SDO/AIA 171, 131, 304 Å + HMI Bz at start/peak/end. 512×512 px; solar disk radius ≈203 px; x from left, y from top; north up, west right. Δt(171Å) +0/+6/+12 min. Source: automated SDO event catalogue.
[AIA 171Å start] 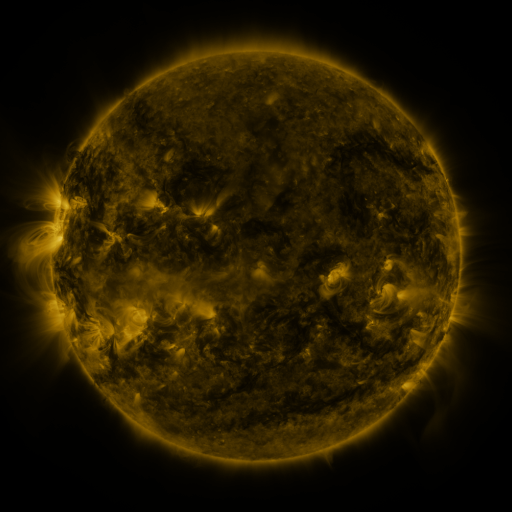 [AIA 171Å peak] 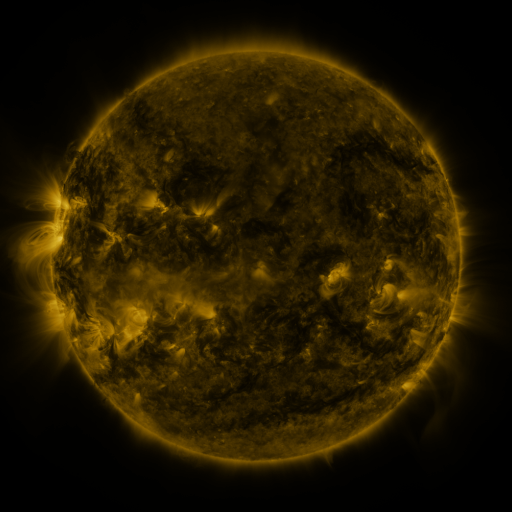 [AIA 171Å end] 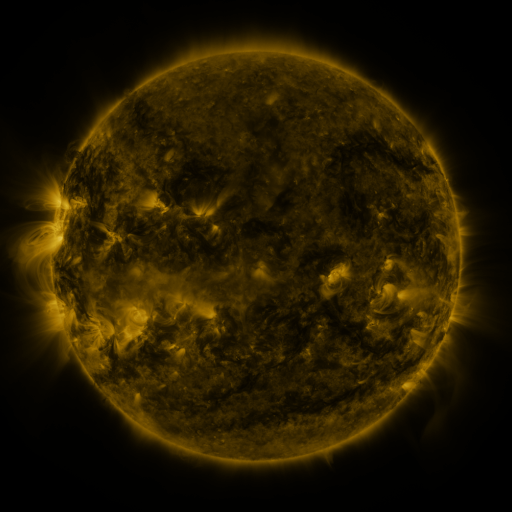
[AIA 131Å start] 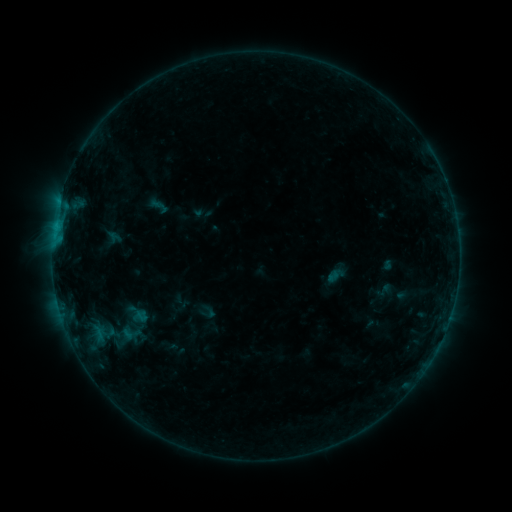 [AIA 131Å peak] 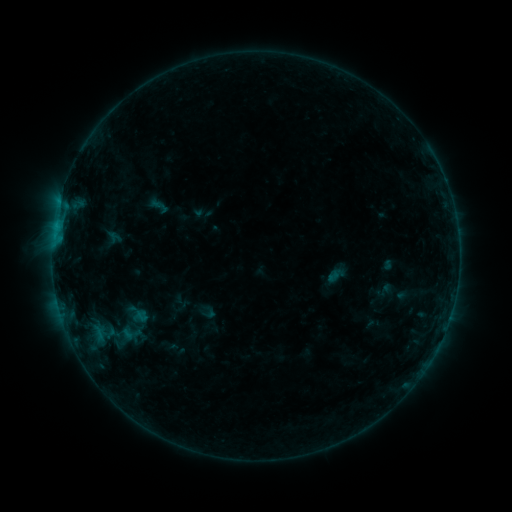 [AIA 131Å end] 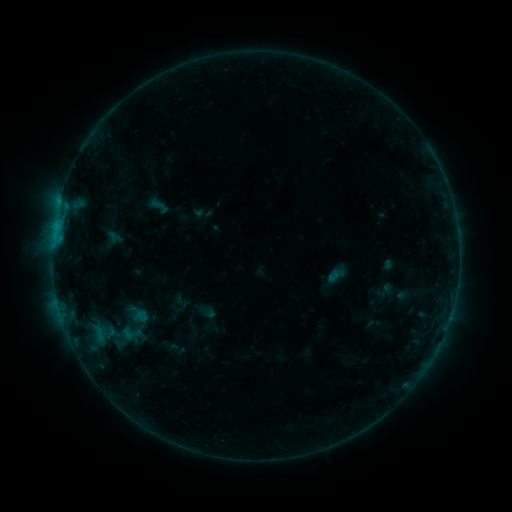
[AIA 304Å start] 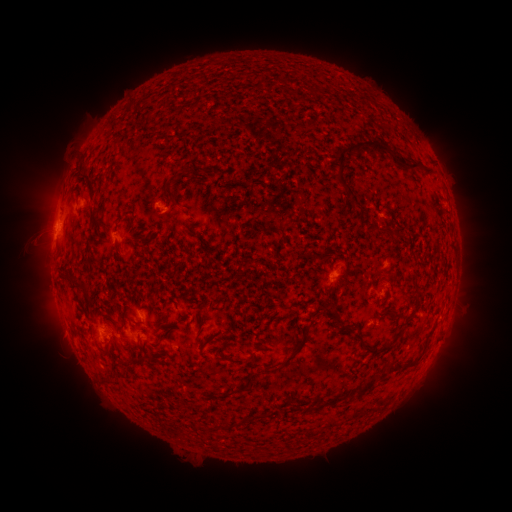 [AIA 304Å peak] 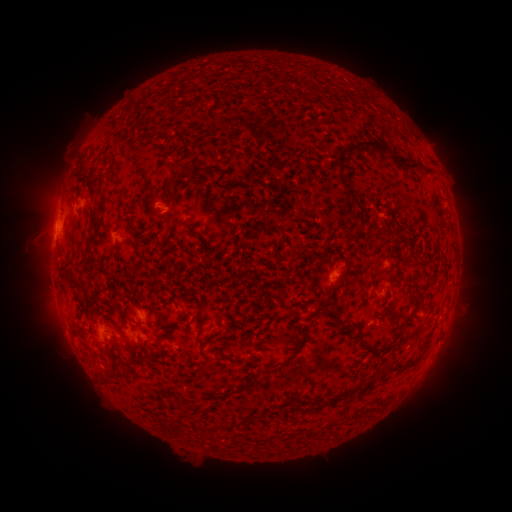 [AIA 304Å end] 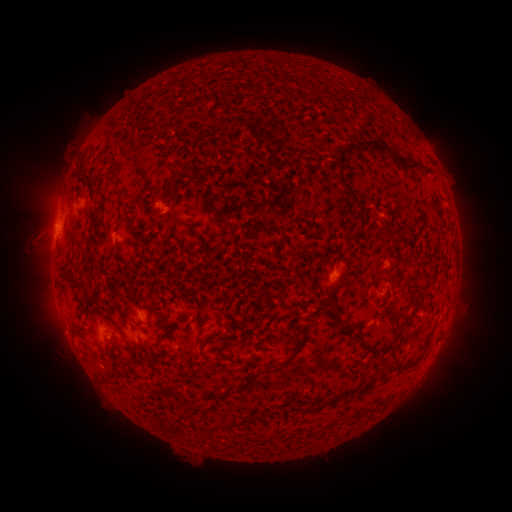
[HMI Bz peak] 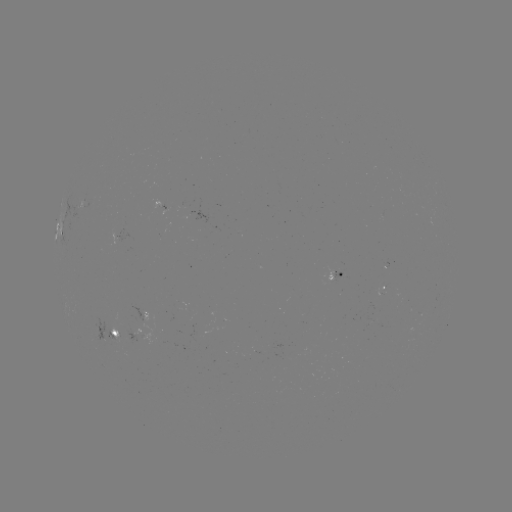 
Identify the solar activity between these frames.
nothing was catalogued: no classed flare, no EUV trigger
